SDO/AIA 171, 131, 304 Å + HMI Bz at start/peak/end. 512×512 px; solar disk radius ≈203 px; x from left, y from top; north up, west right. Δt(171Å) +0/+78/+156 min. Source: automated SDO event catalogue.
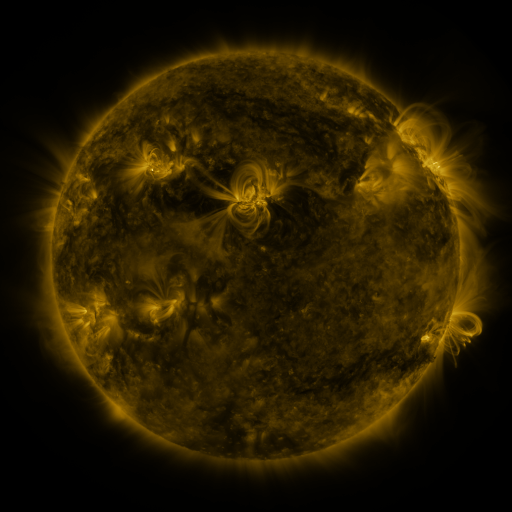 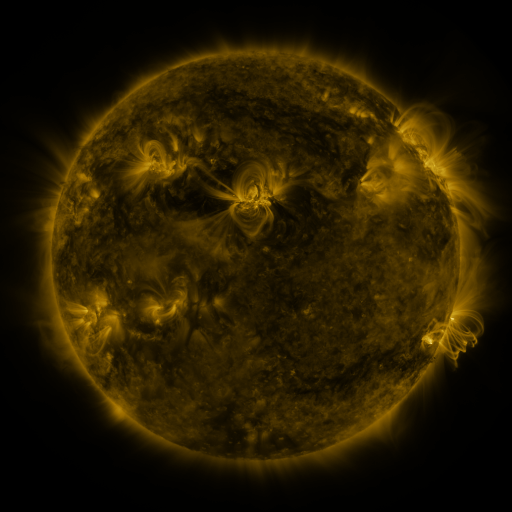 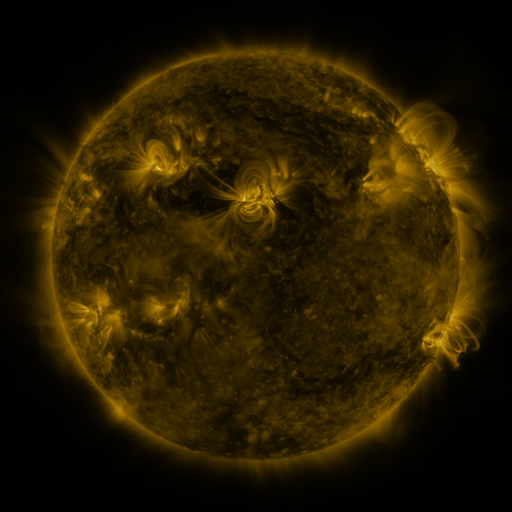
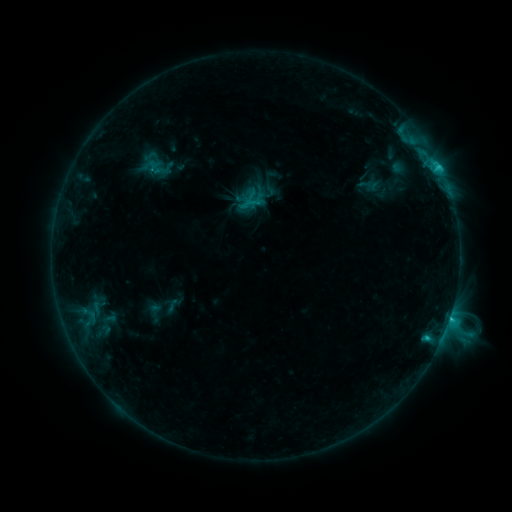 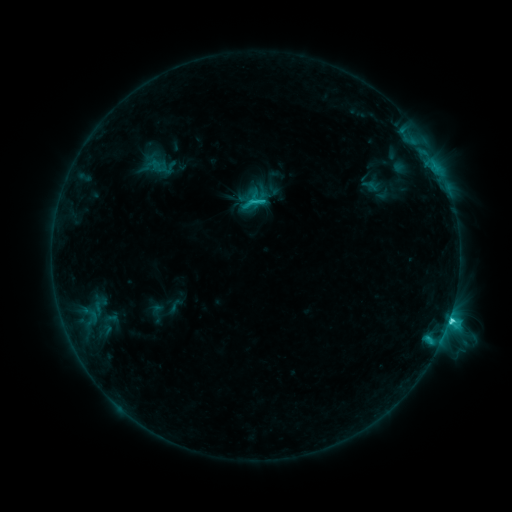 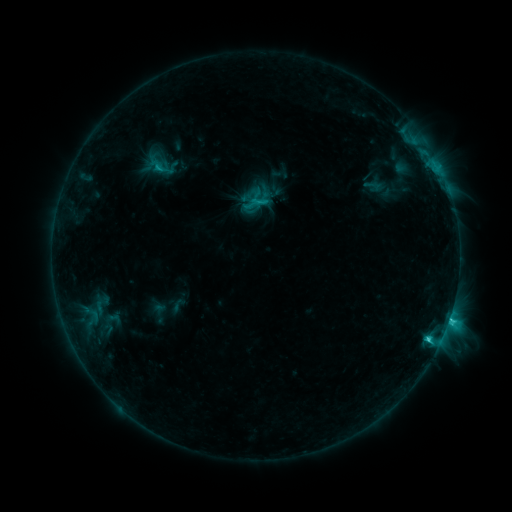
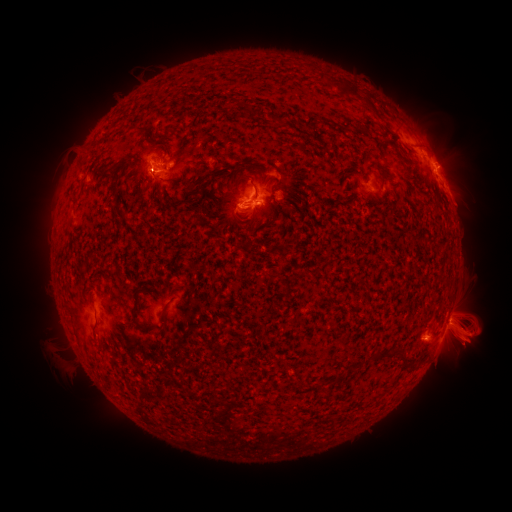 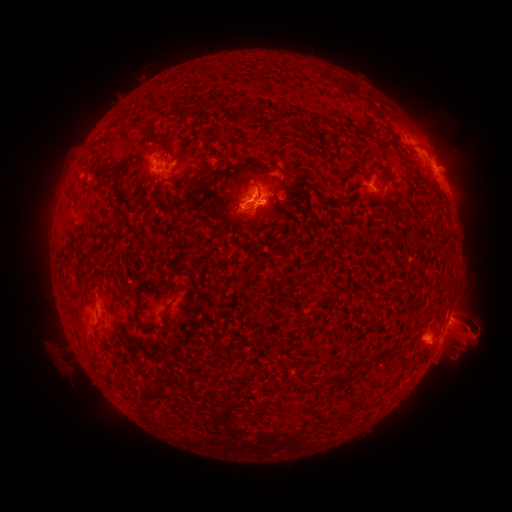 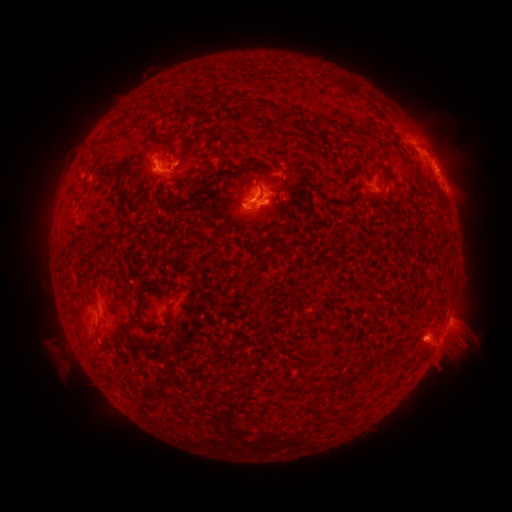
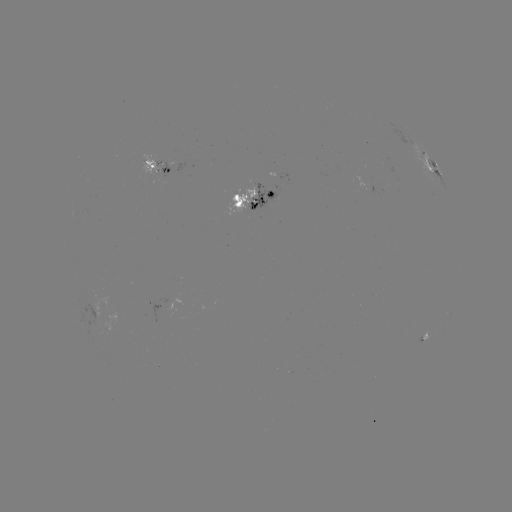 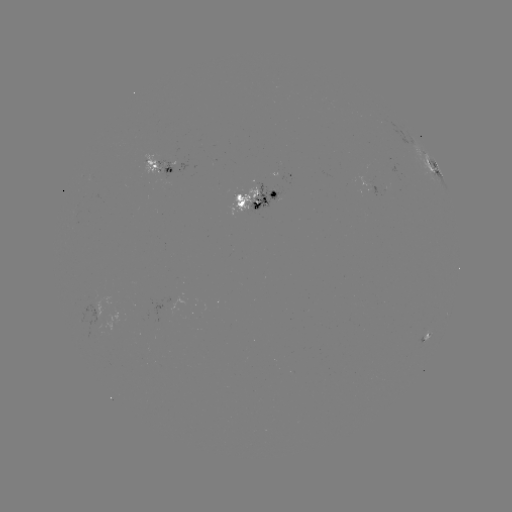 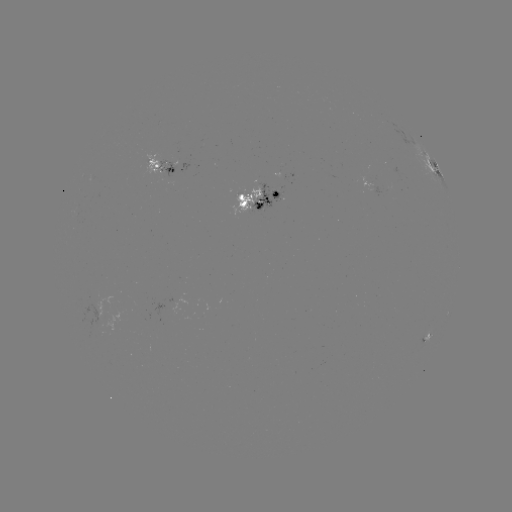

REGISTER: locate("emerging-flux region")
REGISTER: (248, 200)